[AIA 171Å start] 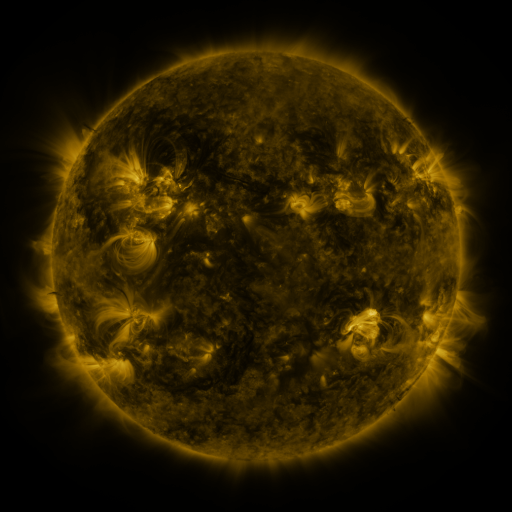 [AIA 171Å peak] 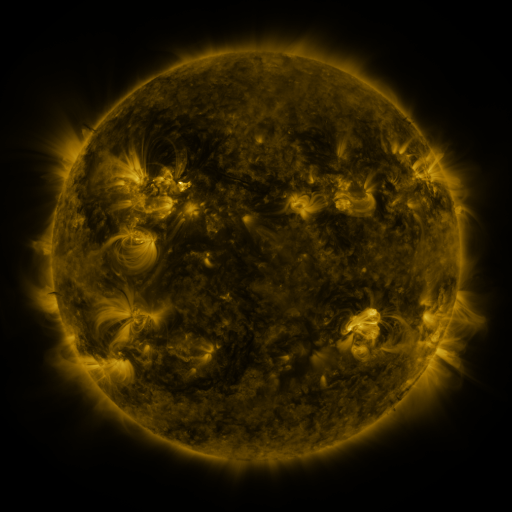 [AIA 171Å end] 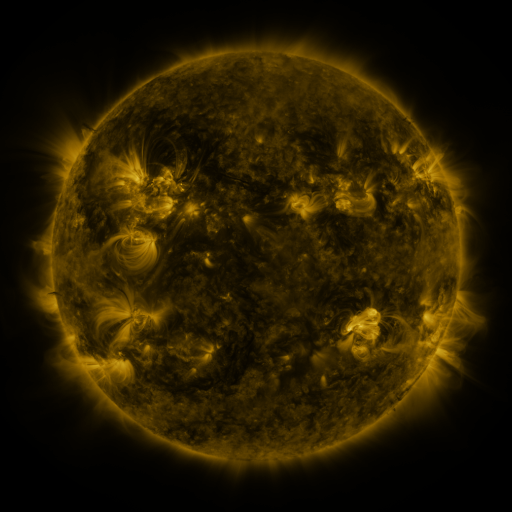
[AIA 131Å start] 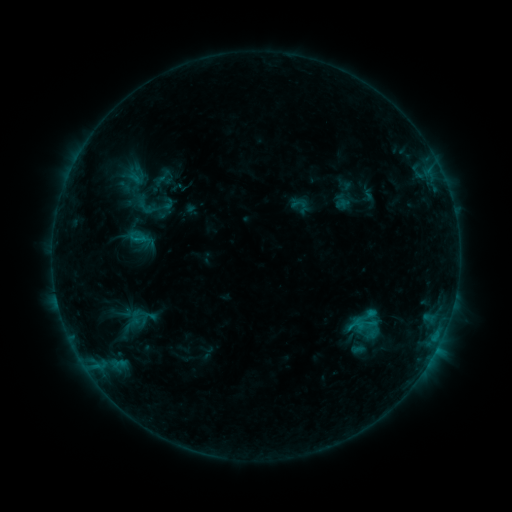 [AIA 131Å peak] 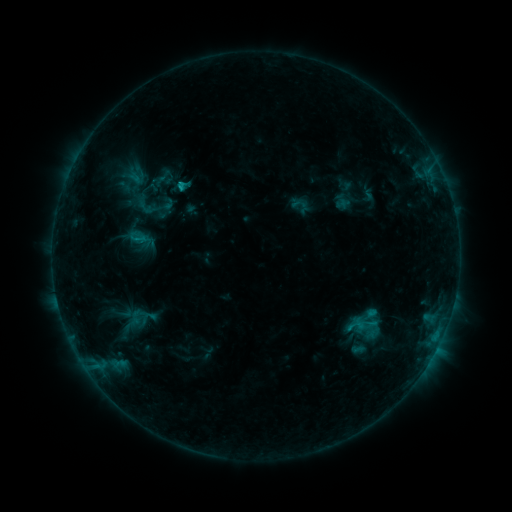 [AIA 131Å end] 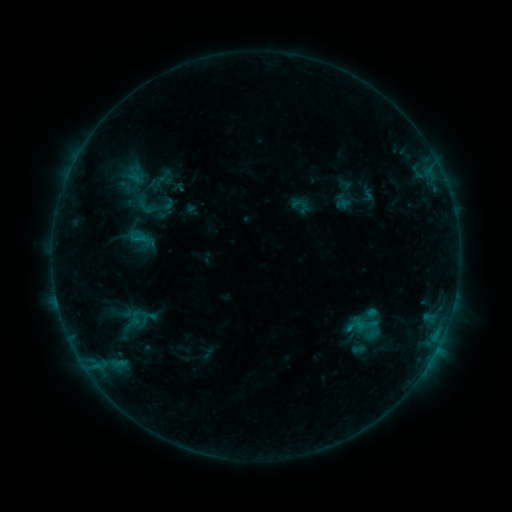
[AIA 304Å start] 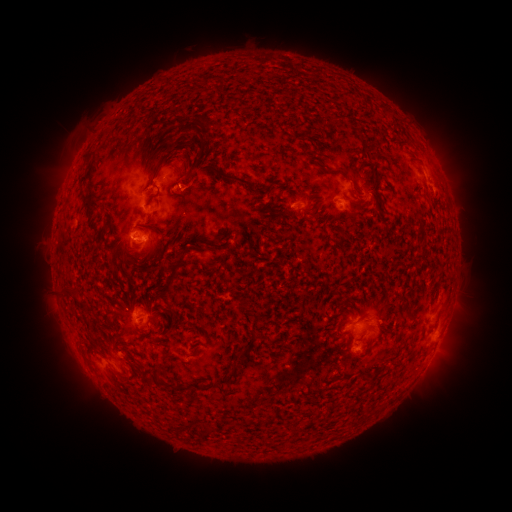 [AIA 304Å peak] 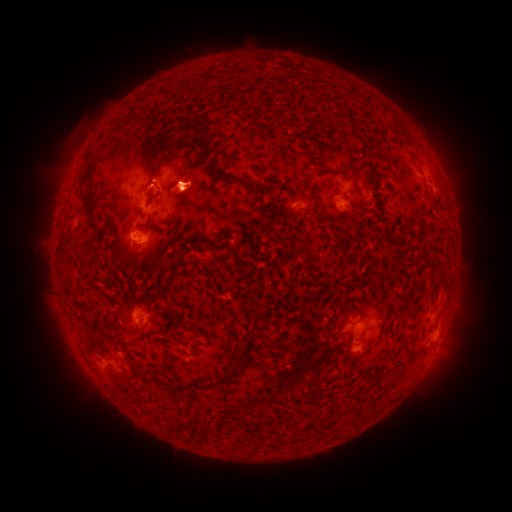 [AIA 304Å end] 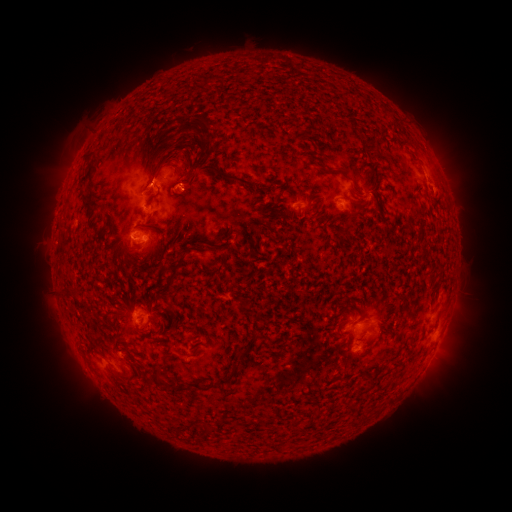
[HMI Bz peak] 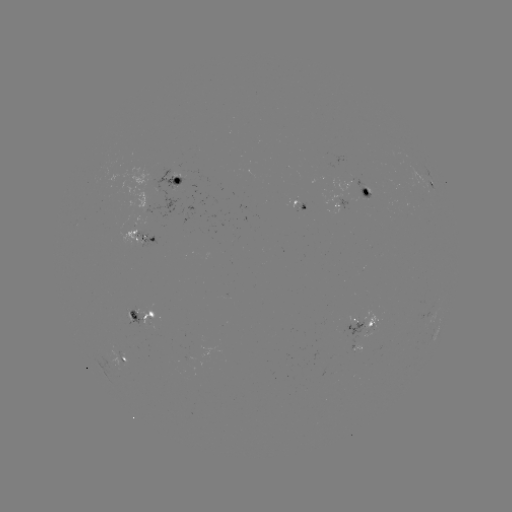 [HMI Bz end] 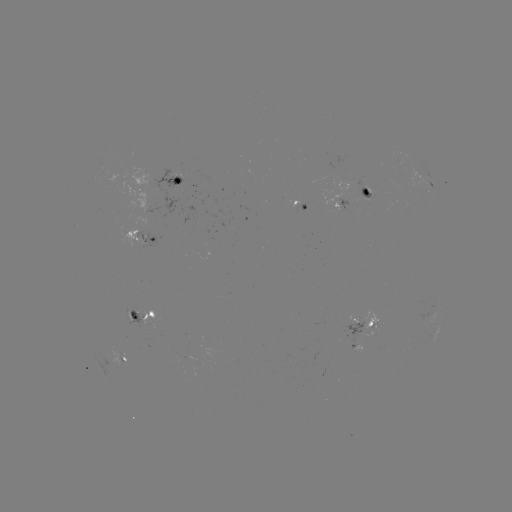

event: flare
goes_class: B8.6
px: (183, 188)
